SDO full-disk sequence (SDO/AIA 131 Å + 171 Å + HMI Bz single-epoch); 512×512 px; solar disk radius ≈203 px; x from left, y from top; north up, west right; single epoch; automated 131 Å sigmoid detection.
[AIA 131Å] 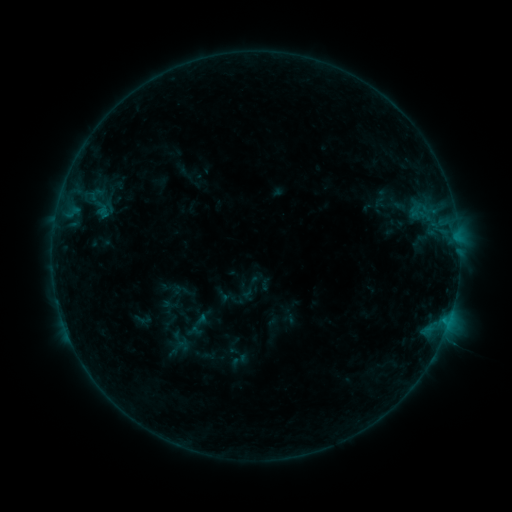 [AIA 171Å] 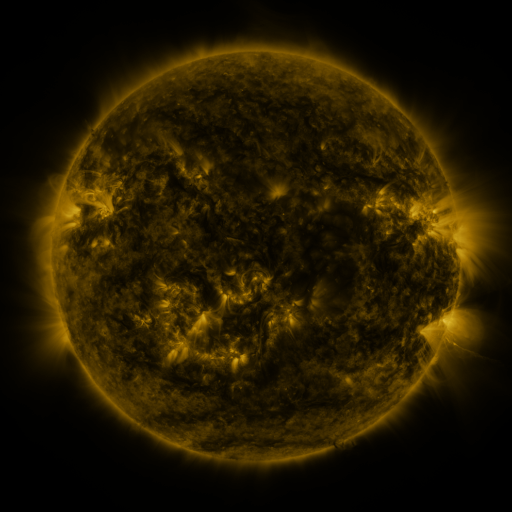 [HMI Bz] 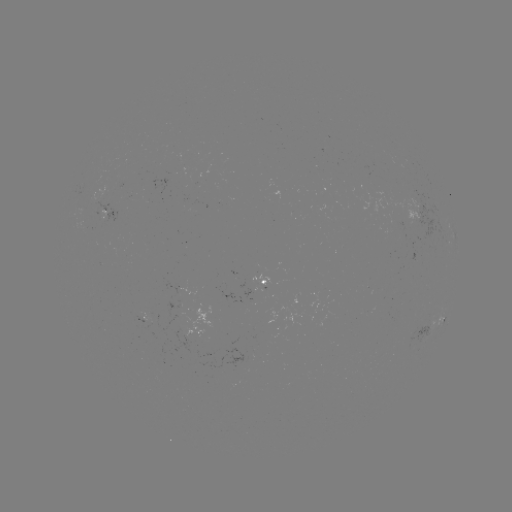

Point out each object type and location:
sigmoid: <bbox>236, 274, 263, 301</bbox>
